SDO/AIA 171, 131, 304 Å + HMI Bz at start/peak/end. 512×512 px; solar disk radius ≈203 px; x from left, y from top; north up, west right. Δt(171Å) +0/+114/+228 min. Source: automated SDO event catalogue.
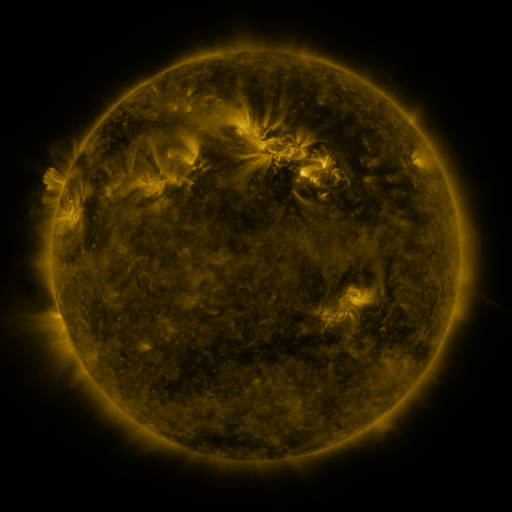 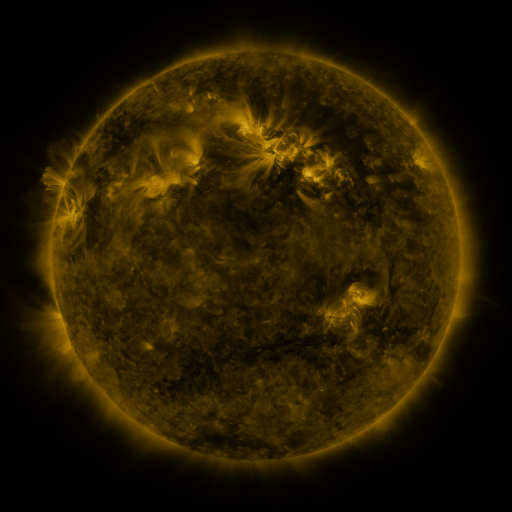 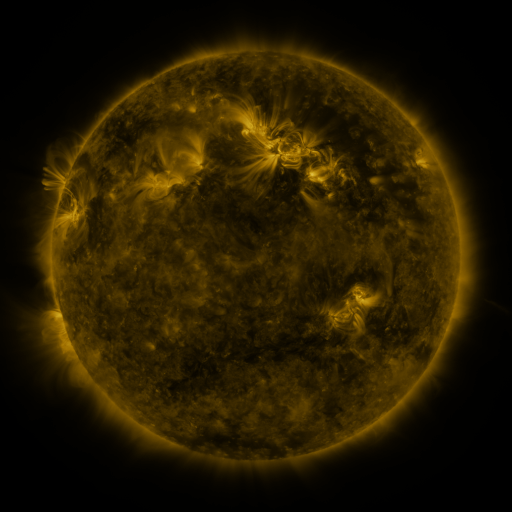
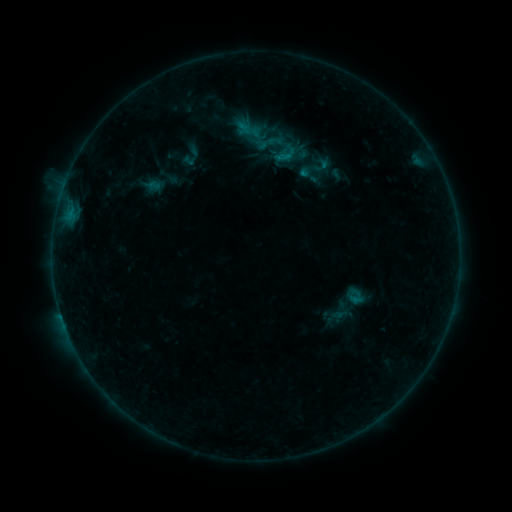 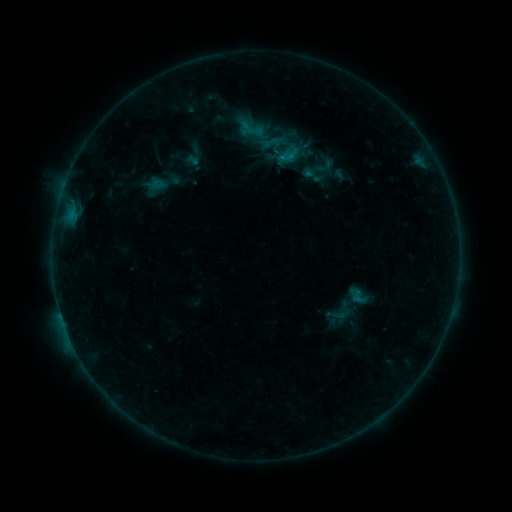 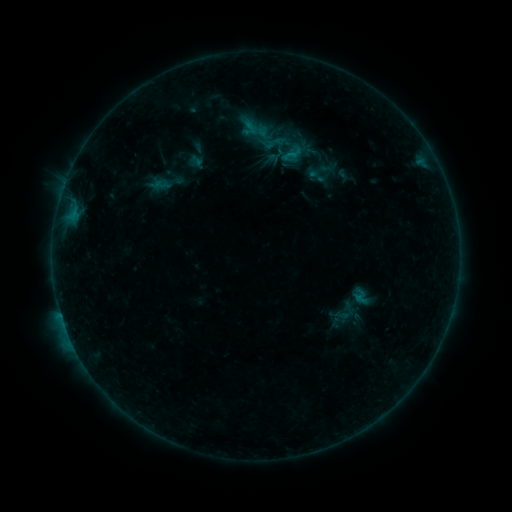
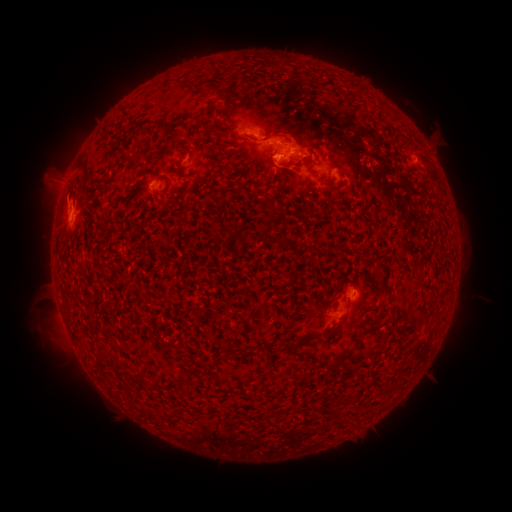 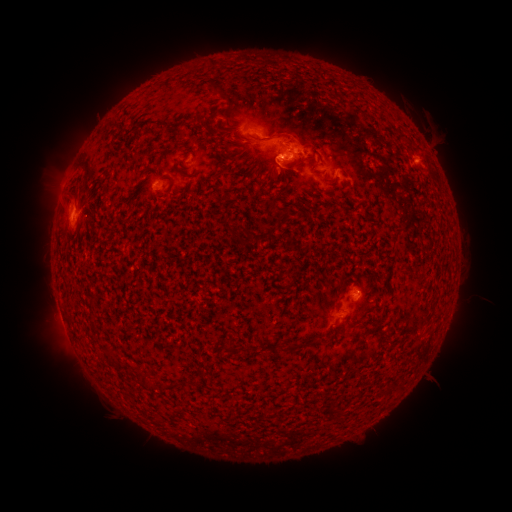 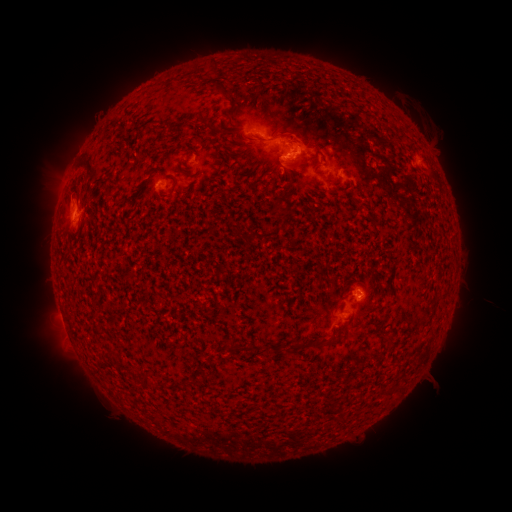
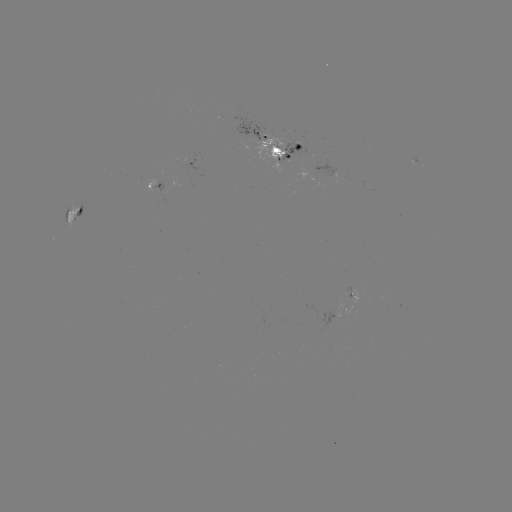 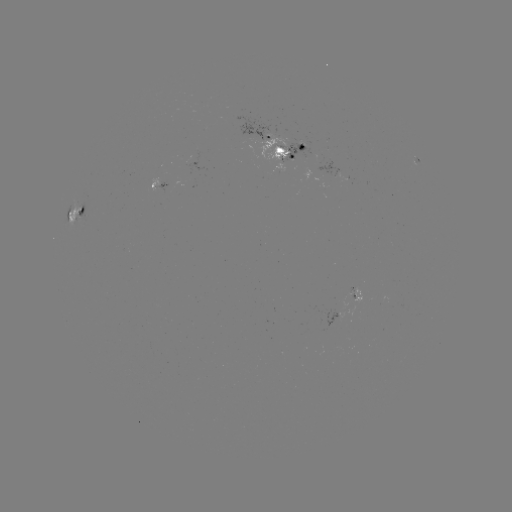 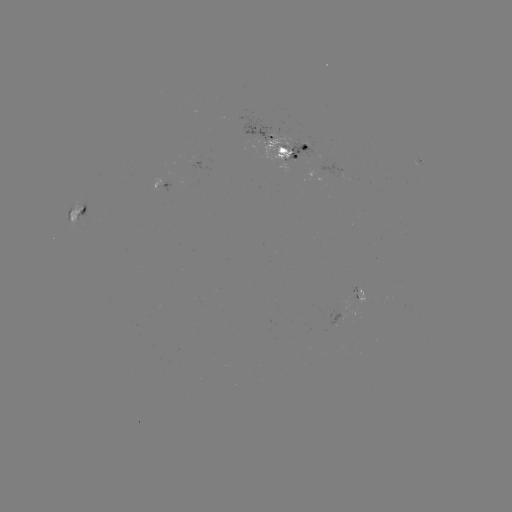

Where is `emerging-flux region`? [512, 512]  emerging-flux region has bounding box [350, 288, 362, 303].